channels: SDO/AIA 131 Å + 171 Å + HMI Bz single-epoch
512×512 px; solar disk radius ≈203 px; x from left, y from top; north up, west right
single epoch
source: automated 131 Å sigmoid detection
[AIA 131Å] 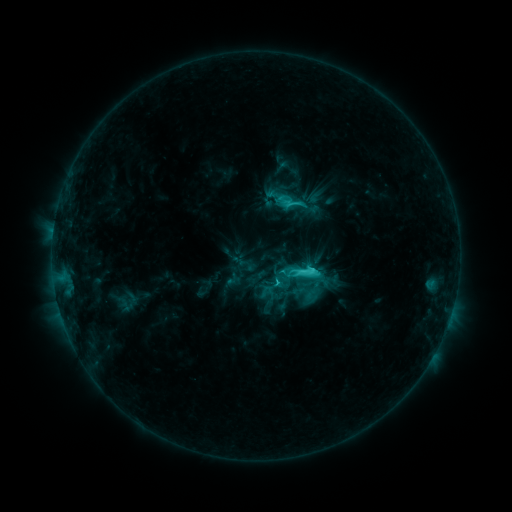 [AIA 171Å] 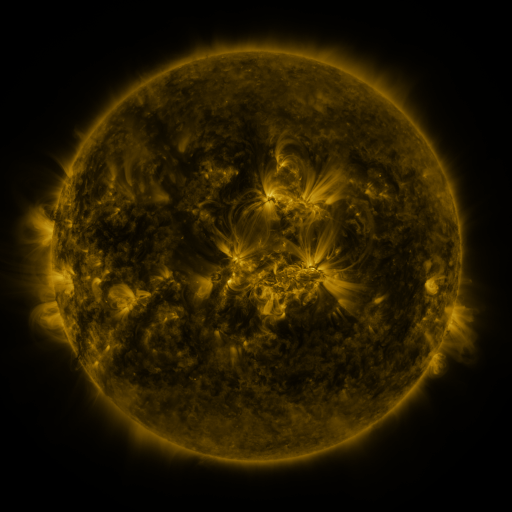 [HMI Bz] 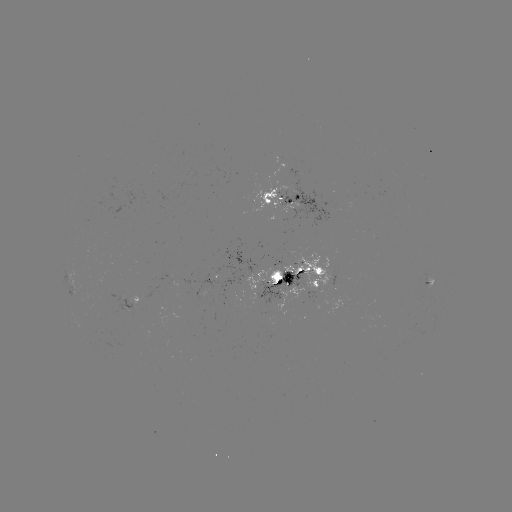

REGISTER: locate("sigmoid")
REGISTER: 273,285